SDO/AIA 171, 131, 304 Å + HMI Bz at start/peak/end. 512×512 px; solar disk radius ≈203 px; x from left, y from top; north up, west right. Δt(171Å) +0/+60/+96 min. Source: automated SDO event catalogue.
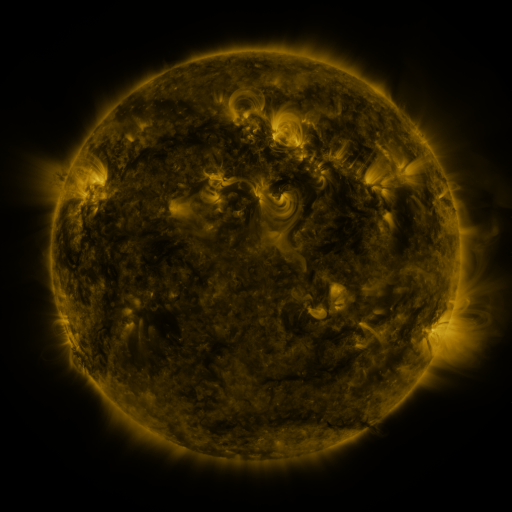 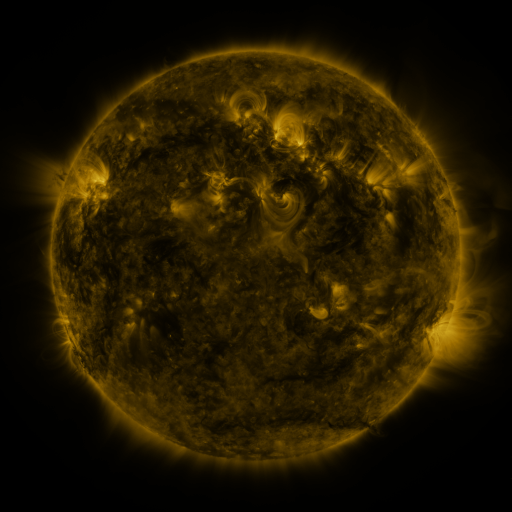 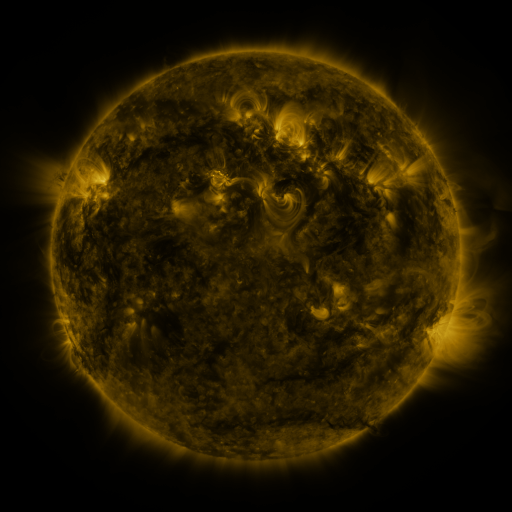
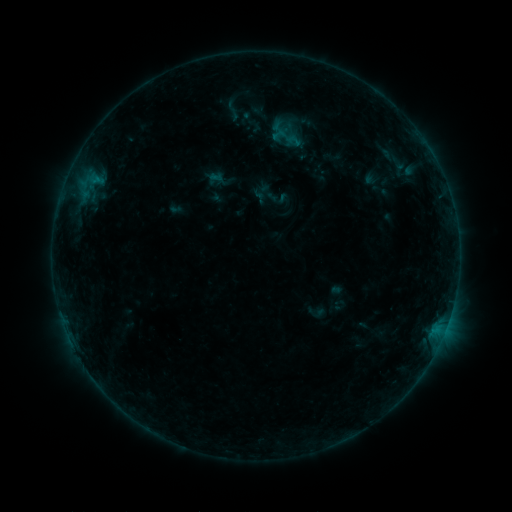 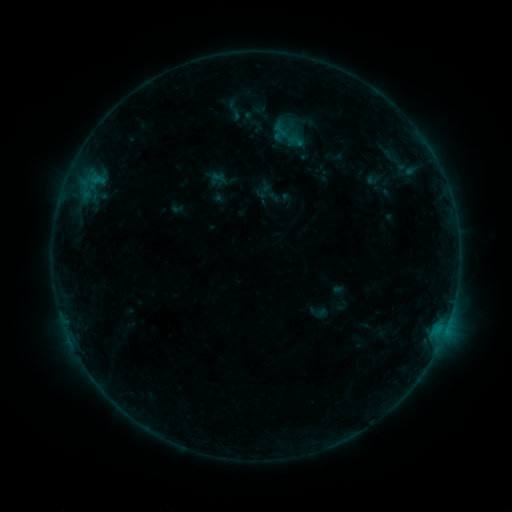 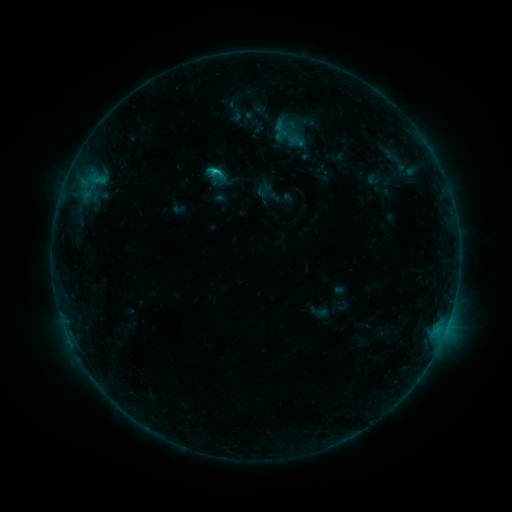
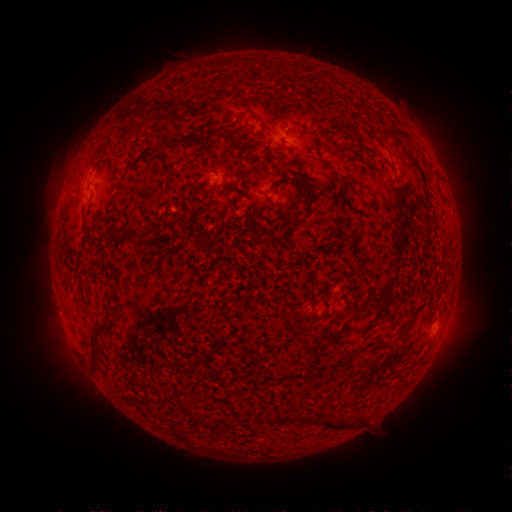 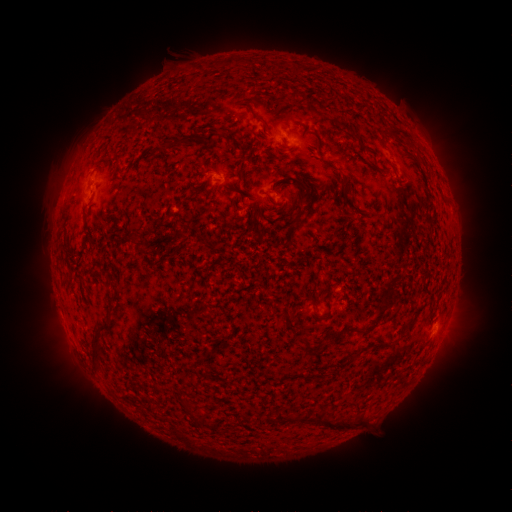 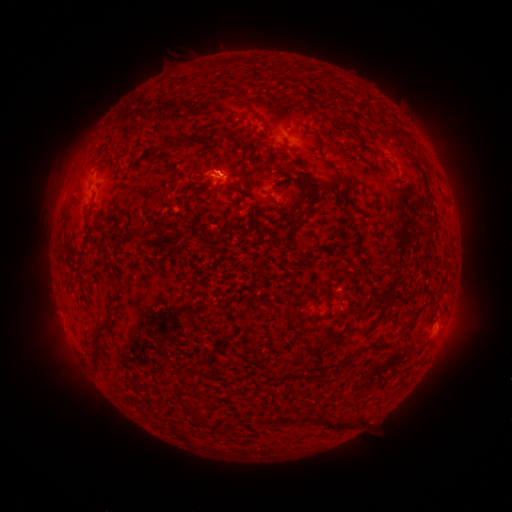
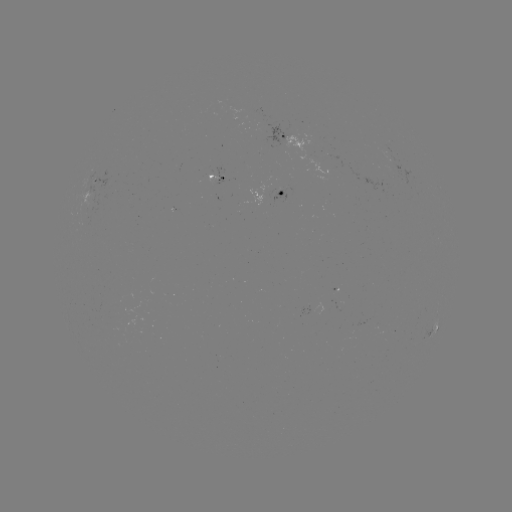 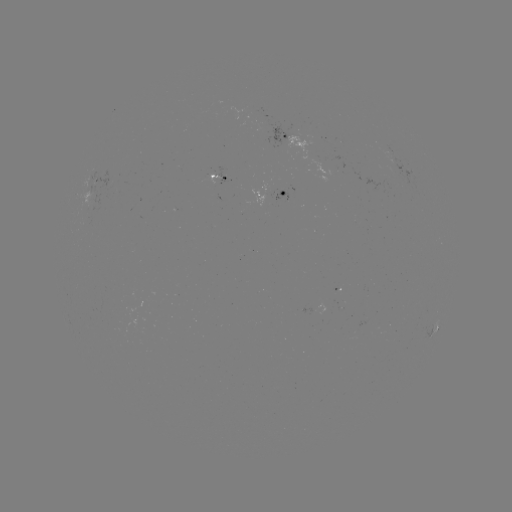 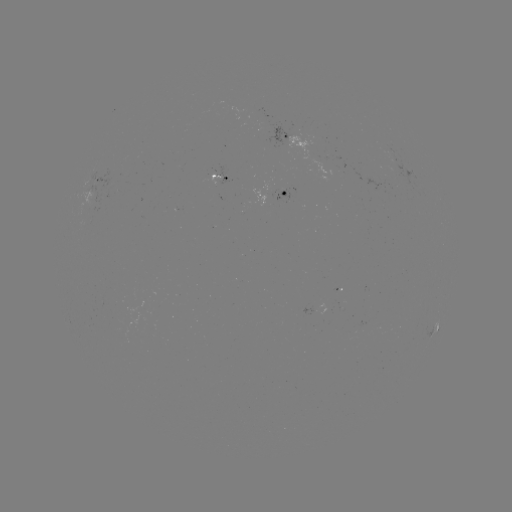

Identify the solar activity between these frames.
emerging-flux region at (270, 131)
